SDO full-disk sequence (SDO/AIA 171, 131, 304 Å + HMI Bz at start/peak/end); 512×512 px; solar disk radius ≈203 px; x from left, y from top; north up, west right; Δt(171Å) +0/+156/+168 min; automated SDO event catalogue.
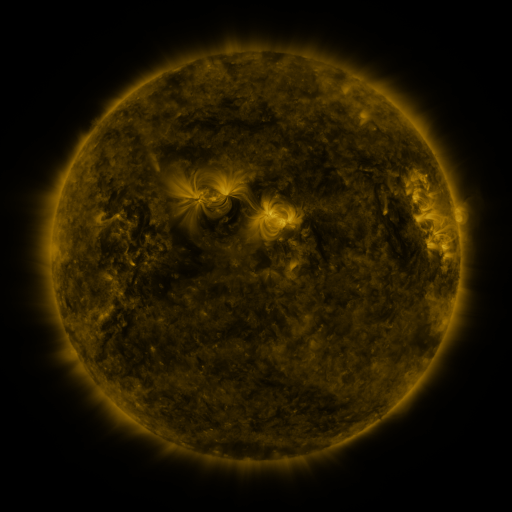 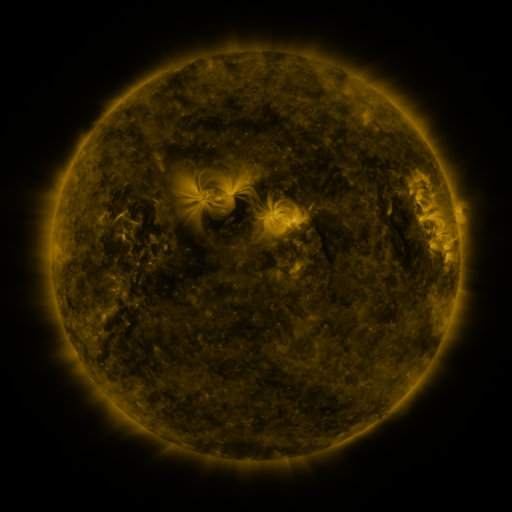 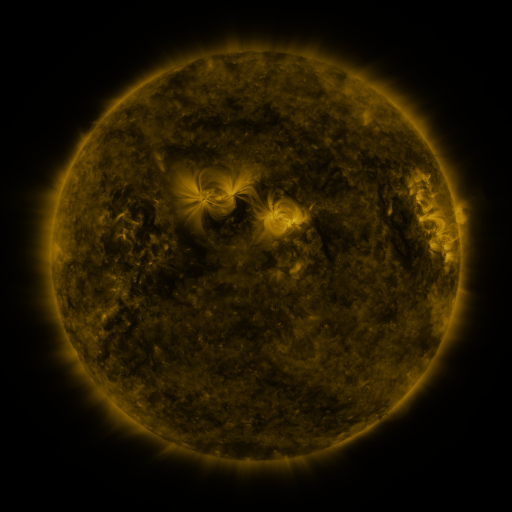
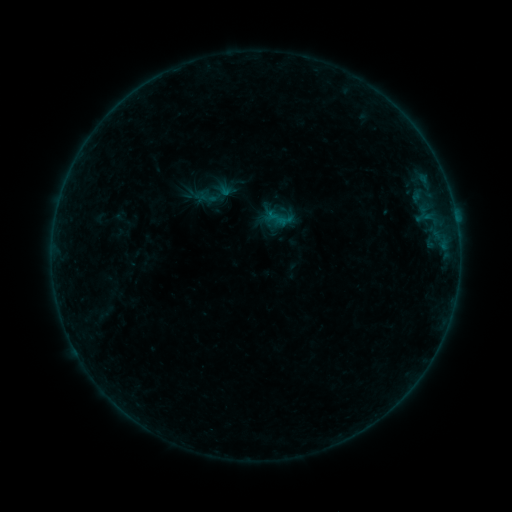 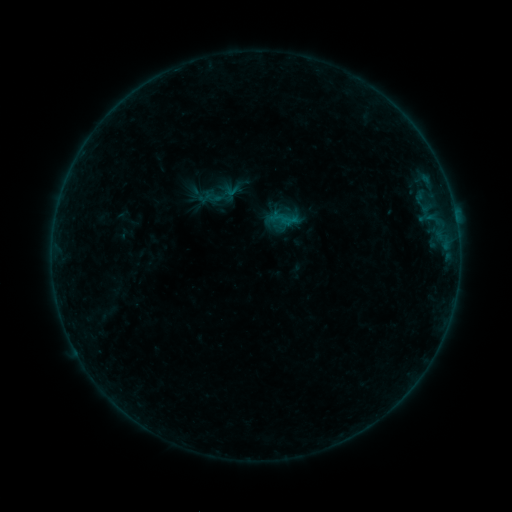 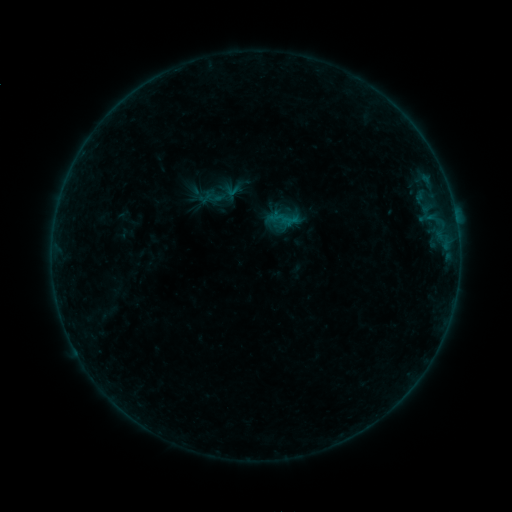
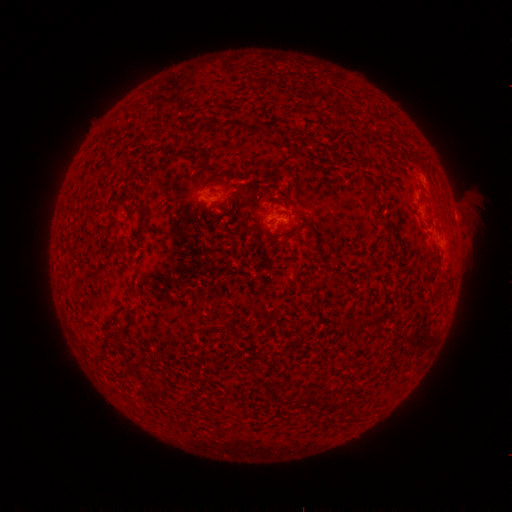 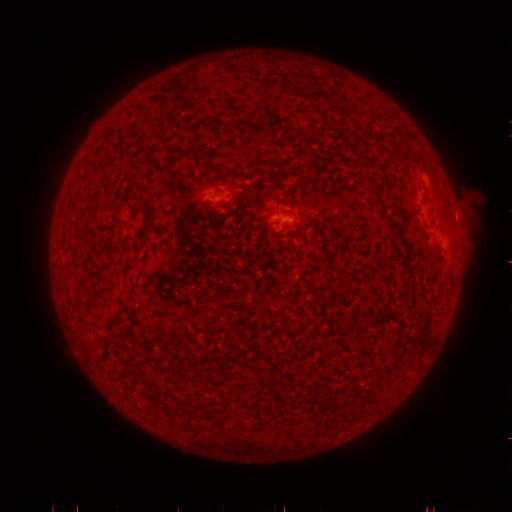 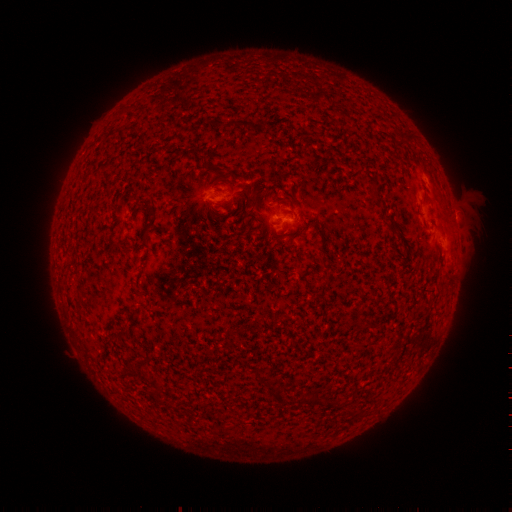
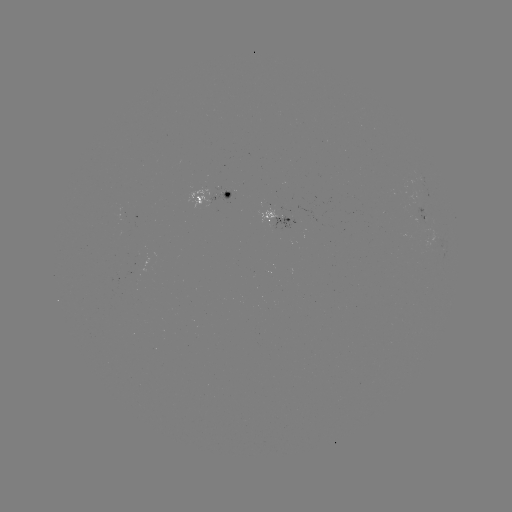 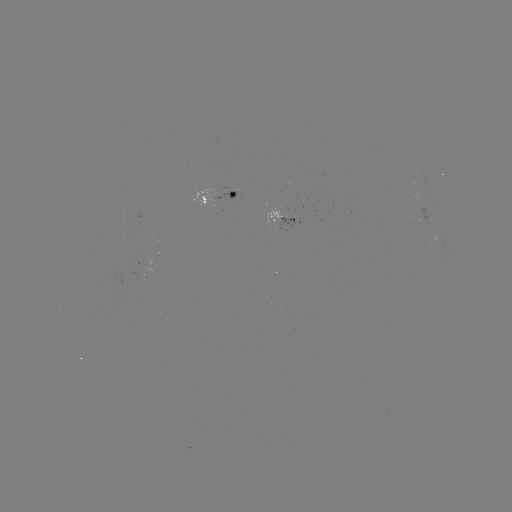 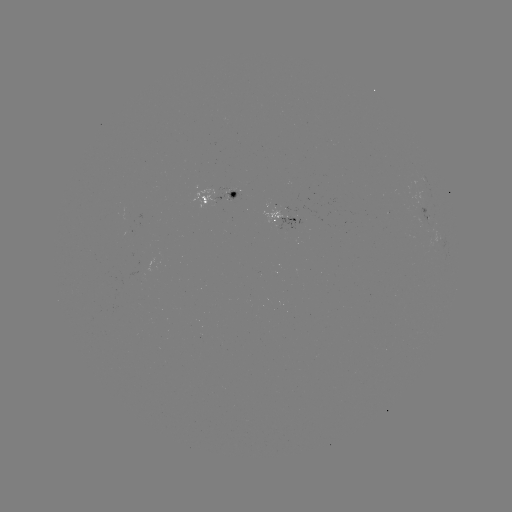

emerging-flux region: [213, 194, 235, 205]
